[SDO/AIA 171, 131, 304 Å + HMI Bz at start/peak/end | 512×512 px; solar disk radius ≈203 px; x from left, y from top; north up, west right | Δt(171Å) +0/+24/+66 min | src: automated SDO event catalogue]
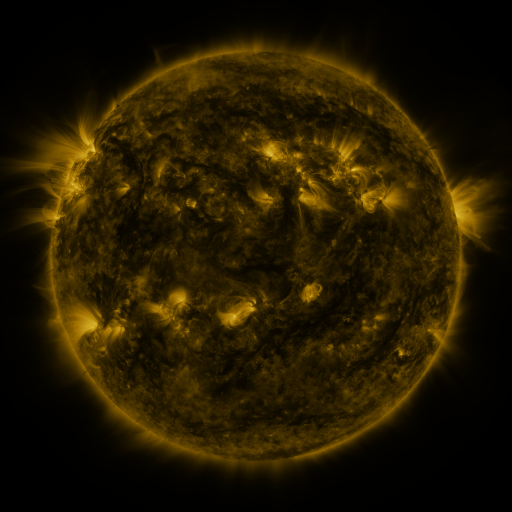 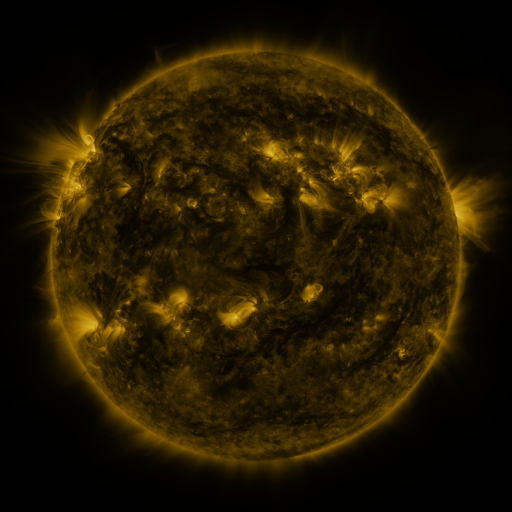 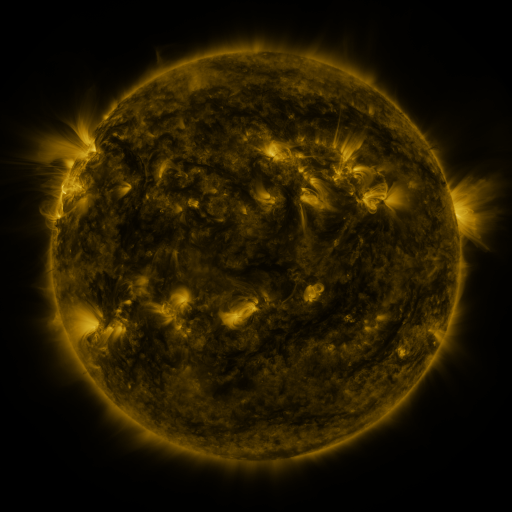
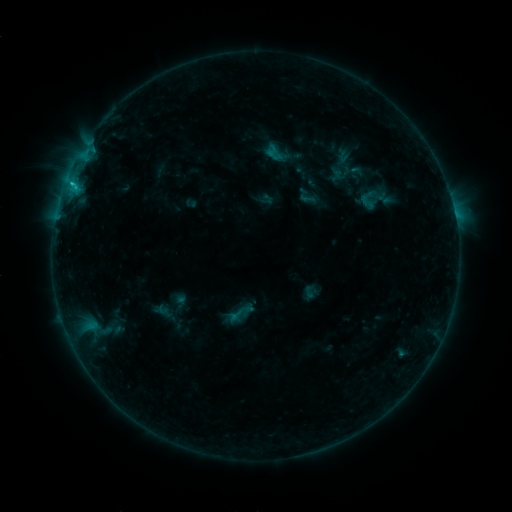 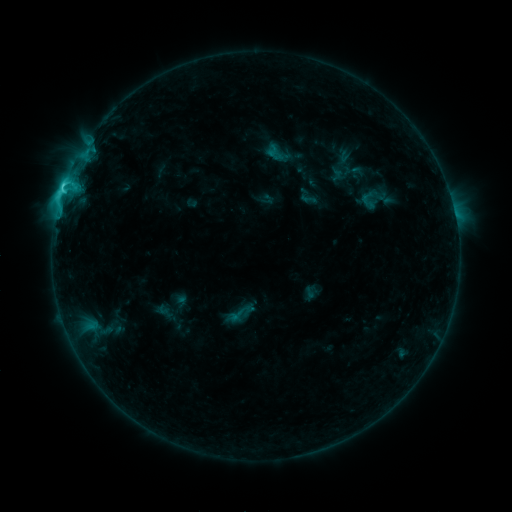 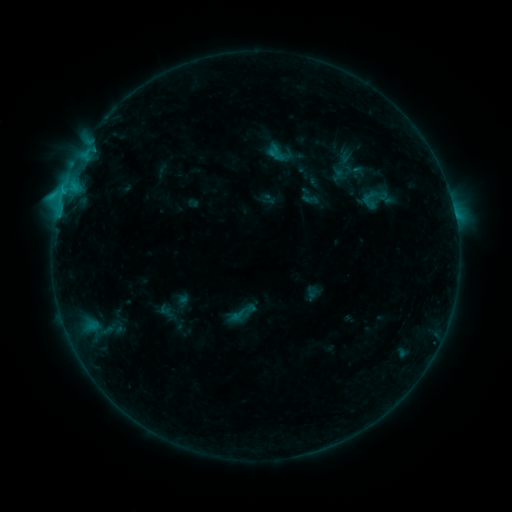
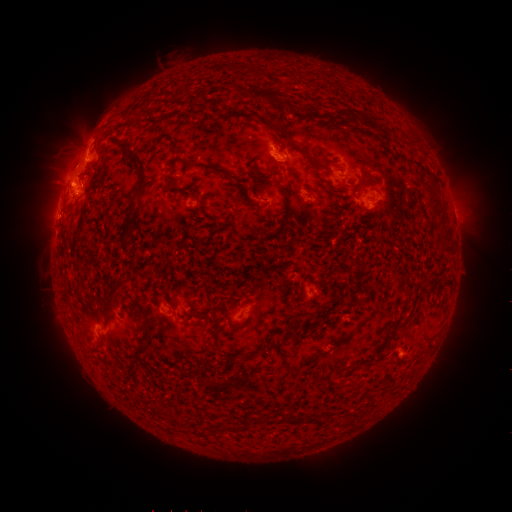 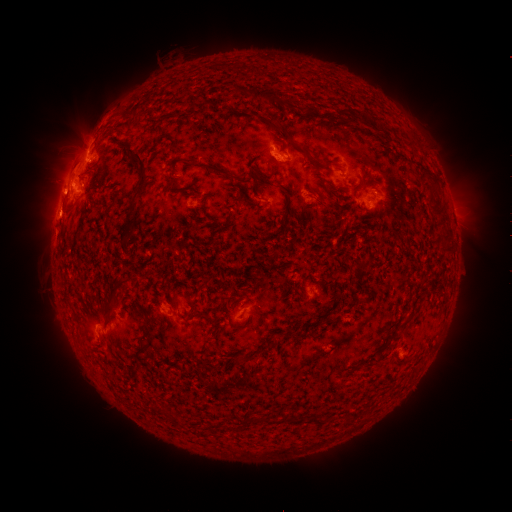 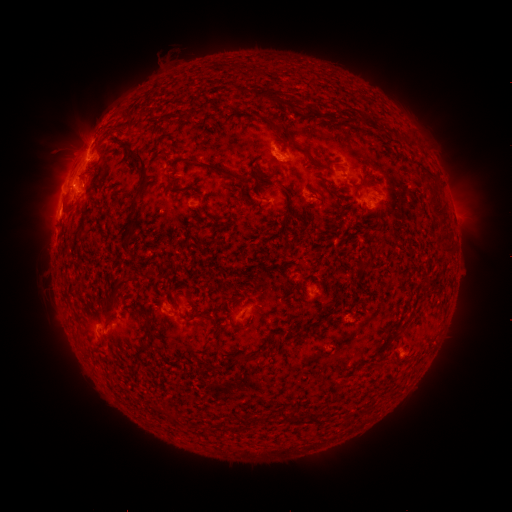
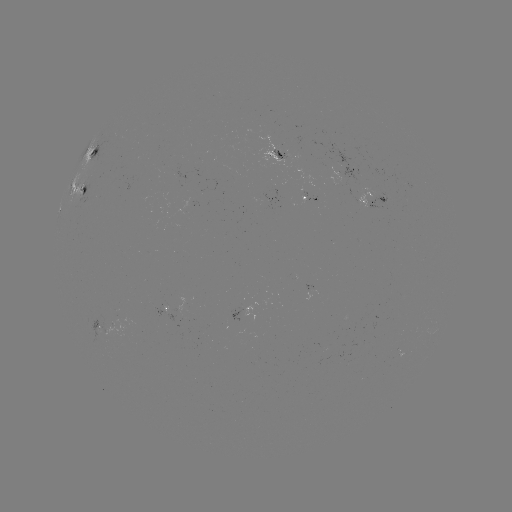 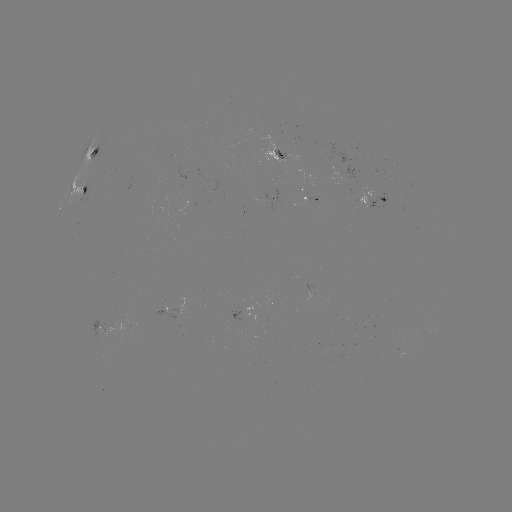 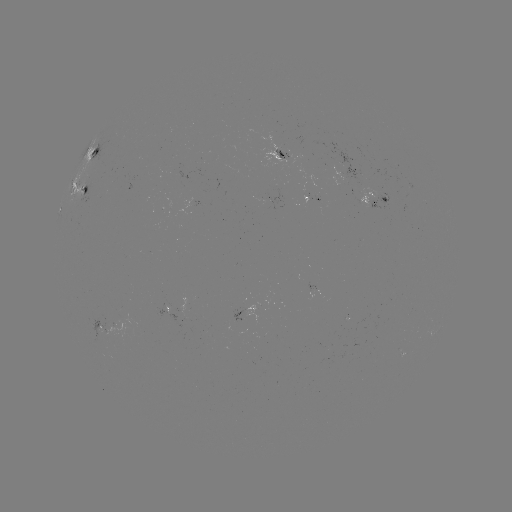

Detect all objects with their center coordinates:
C4.1 flare: (63, 189)
